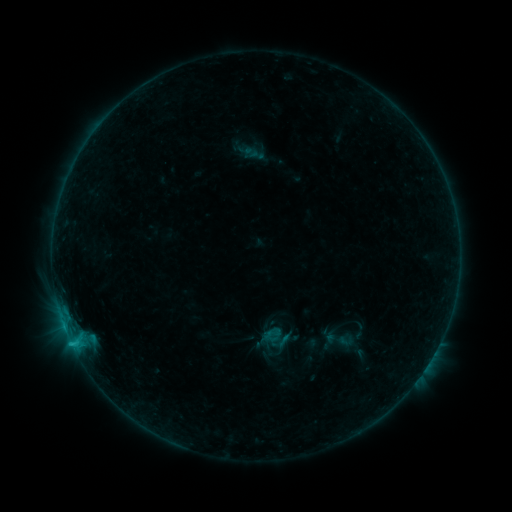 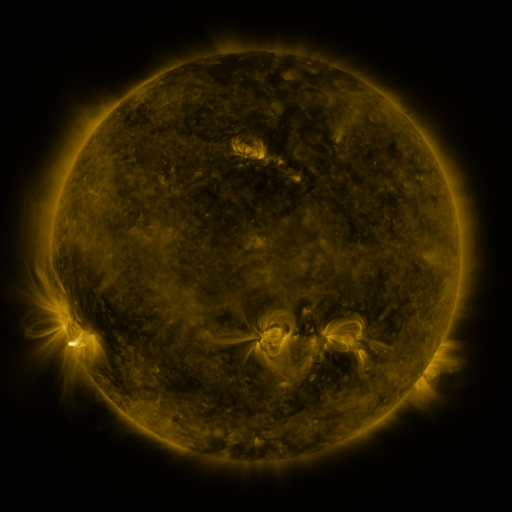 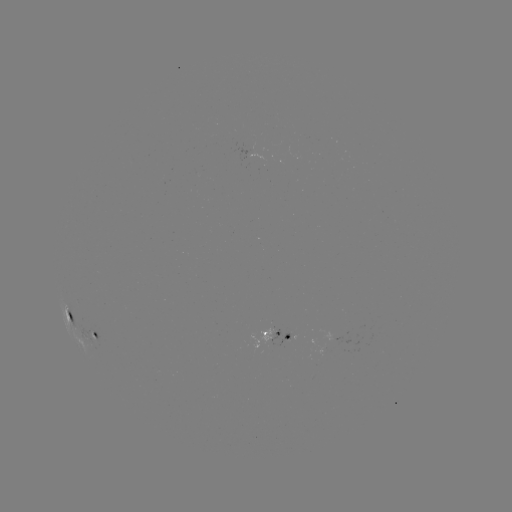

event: sigmoid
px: (251, 153)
